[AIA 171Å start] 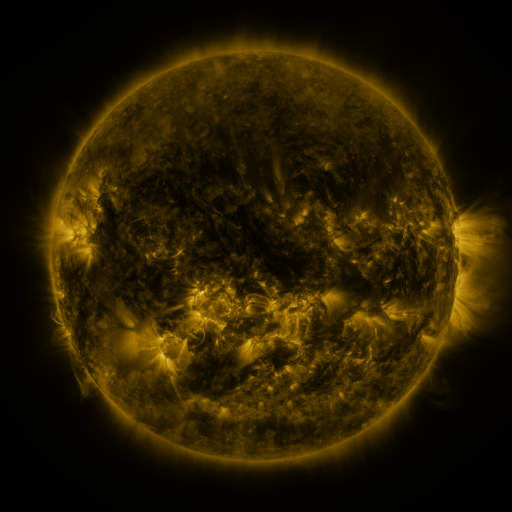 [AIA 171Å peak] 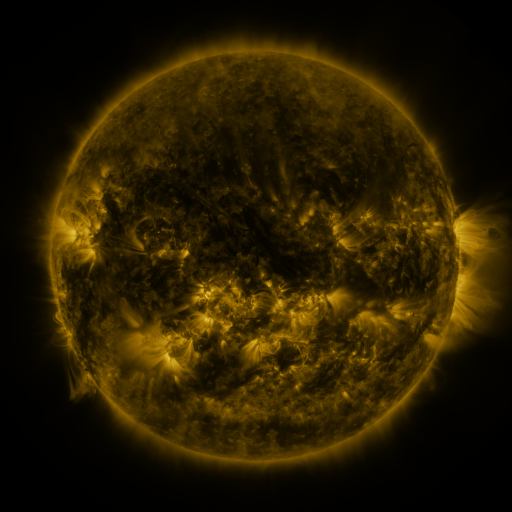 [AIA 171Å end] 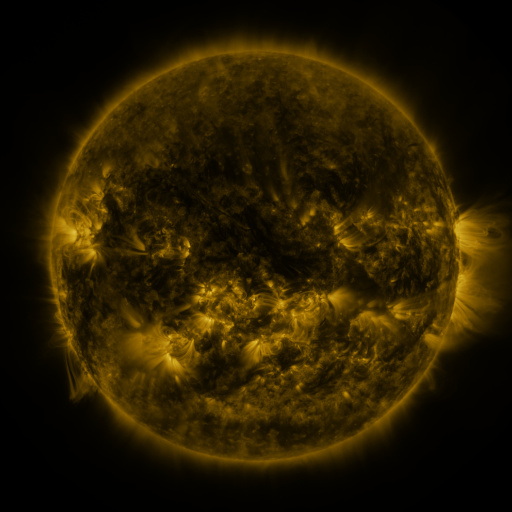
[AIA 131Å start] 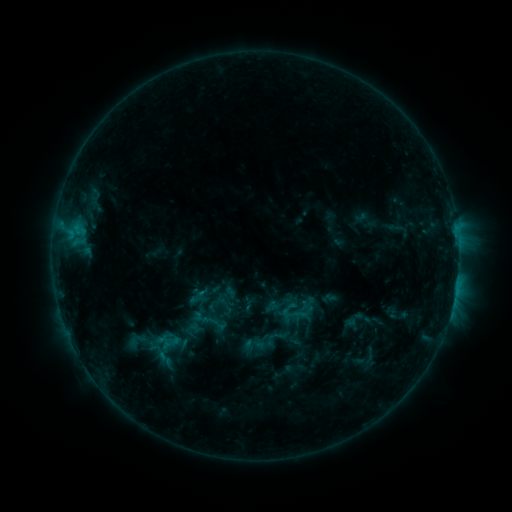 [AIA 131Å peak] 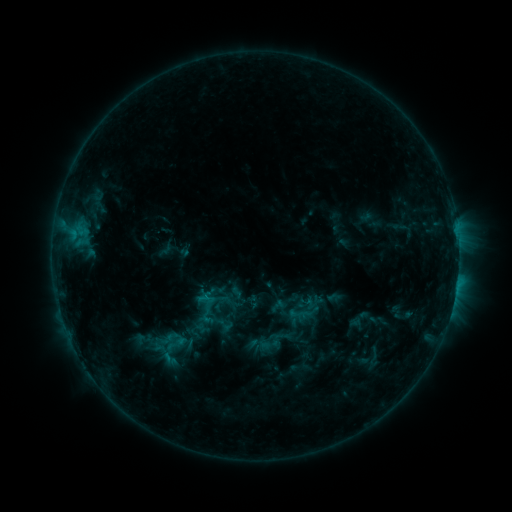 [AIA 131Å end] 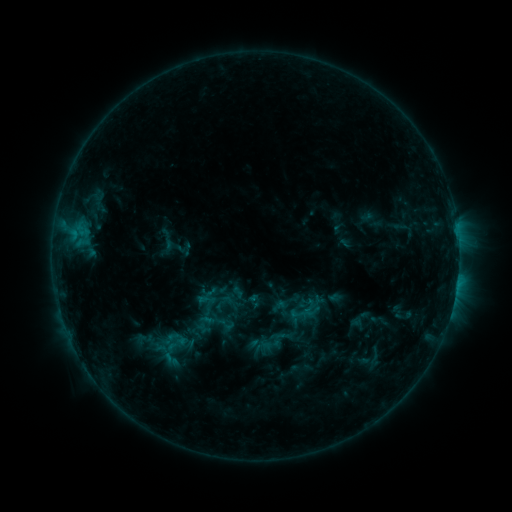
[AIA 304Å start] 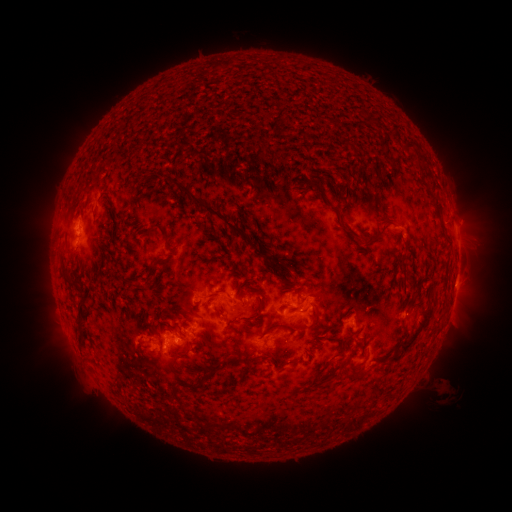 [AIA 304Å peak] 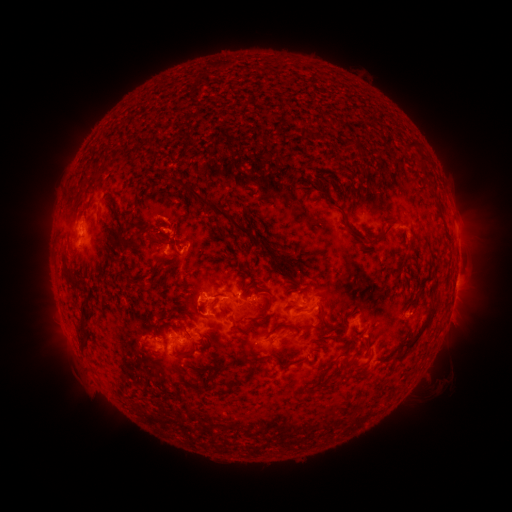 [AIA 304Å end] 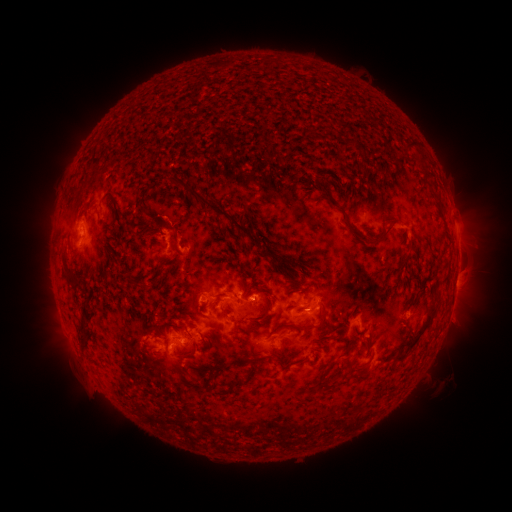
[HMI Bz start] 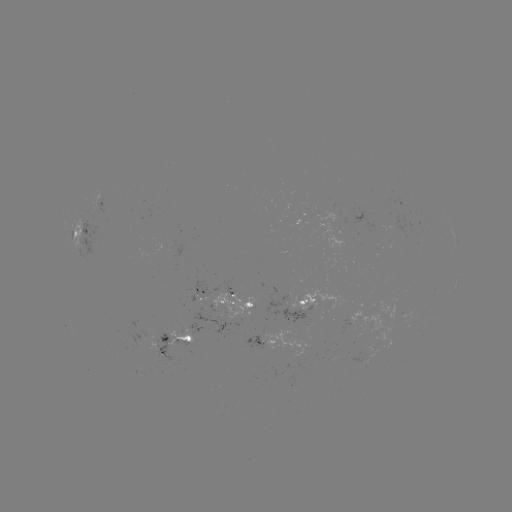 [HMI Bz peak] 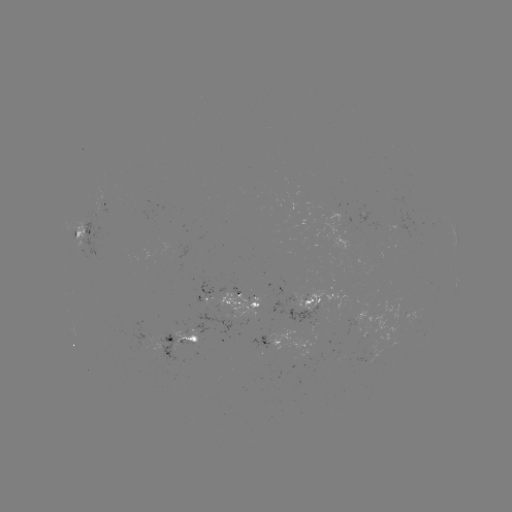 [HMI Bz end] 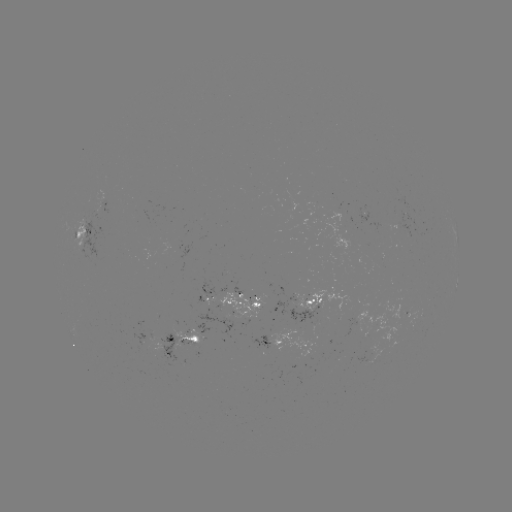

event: emerging-flux region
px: (264, 339)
